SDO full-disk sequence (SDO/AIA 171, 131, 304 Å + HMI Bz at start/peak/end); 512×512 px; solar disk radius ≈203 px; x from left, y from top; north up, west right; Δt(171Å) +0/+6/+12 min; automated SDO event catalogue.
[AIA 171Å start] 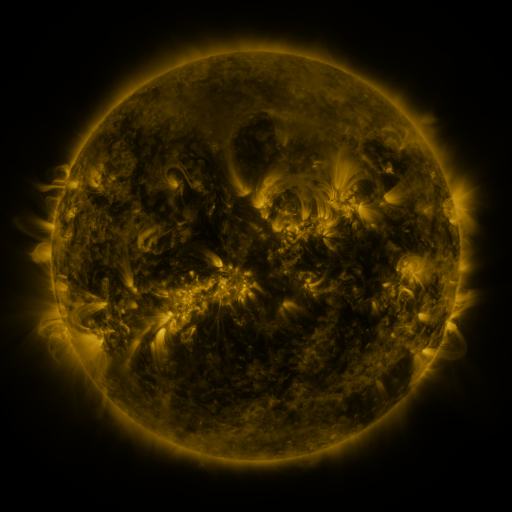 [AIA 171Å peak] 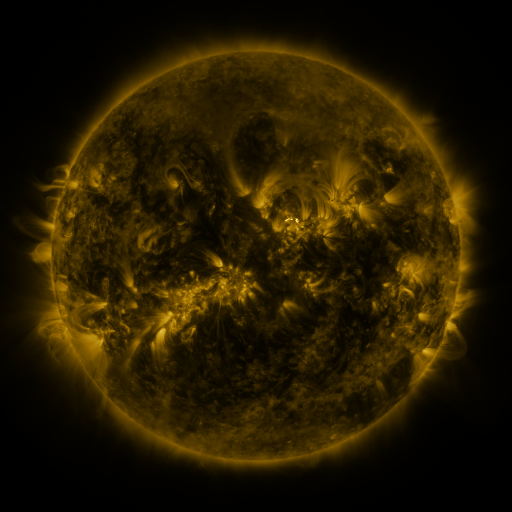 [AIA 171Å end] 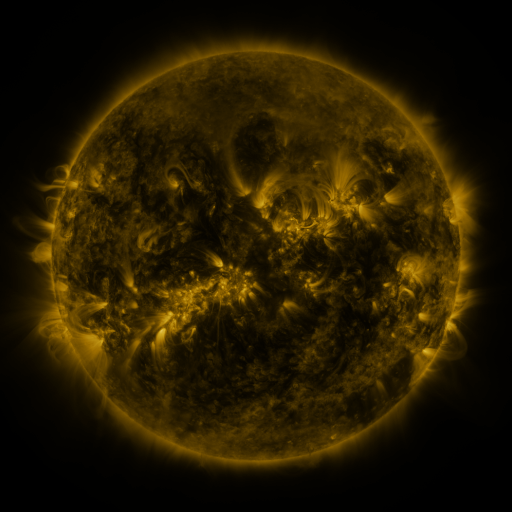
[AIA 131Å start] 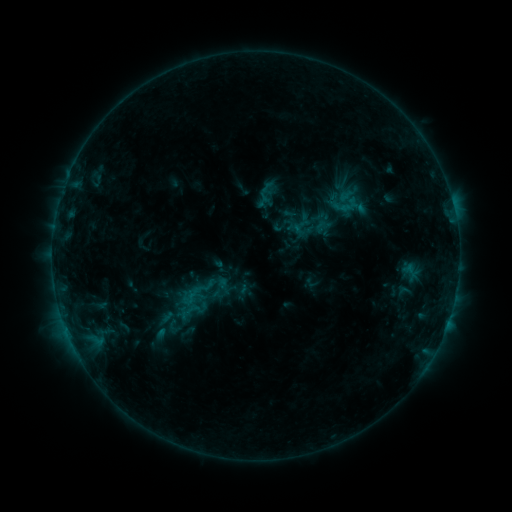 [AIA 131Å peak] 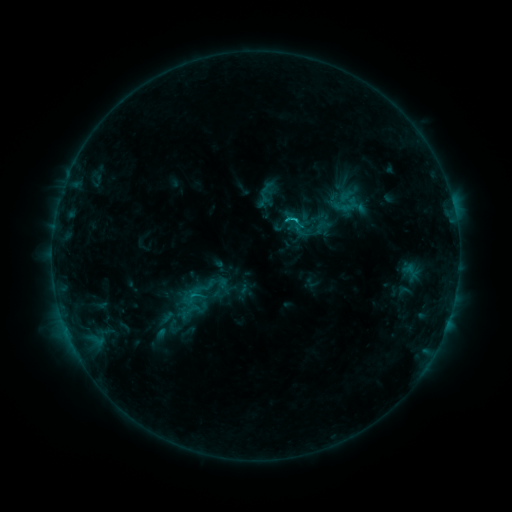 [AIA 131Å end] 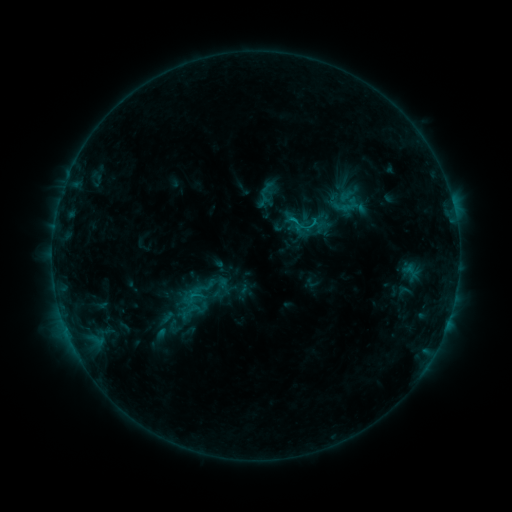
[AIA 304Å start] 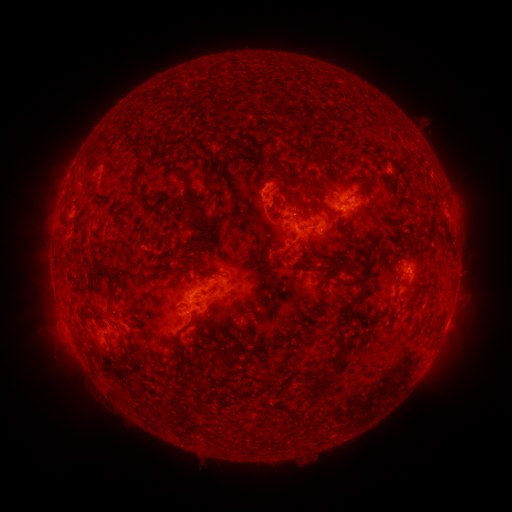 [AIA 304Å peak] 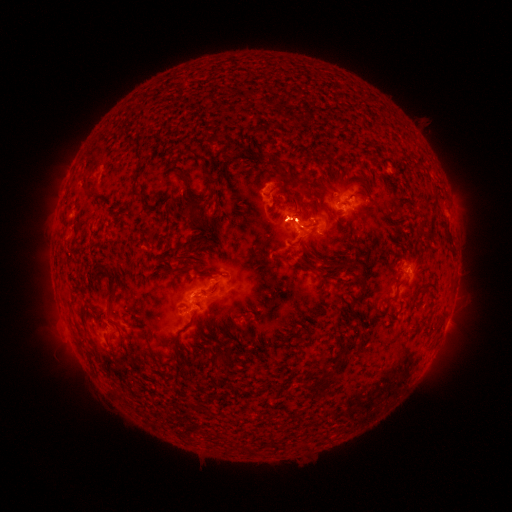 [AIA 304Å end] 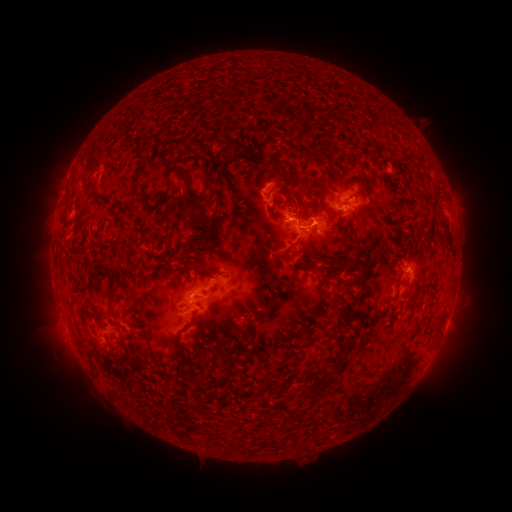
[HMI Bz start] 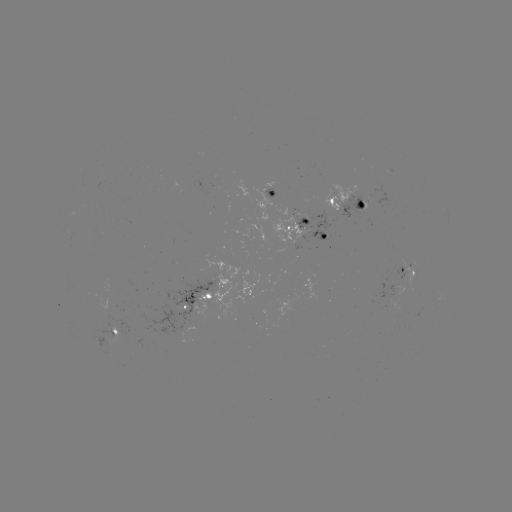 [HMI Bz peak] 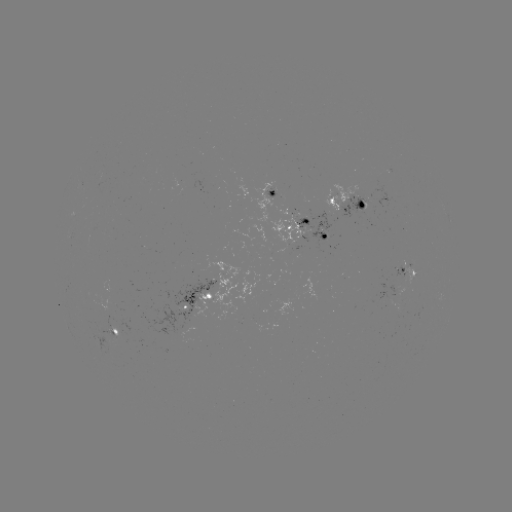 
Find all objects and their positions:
C1.5 flare: (294, 221)
